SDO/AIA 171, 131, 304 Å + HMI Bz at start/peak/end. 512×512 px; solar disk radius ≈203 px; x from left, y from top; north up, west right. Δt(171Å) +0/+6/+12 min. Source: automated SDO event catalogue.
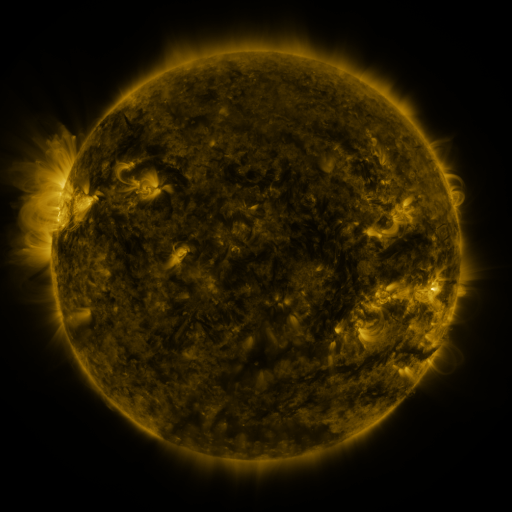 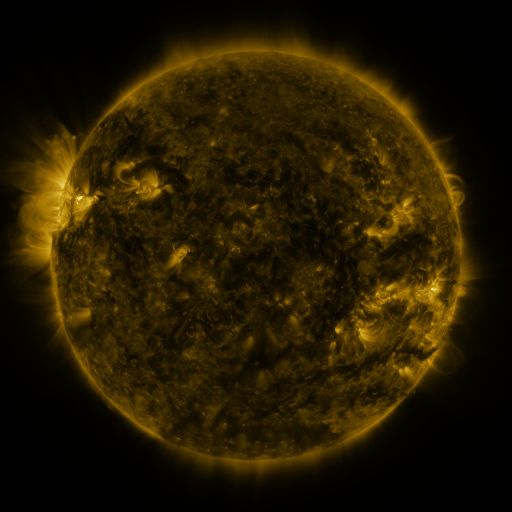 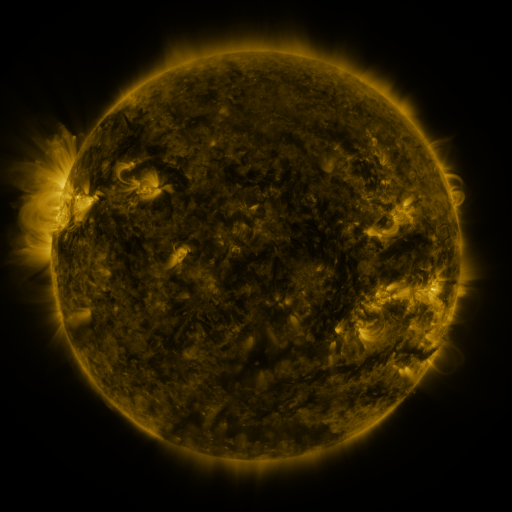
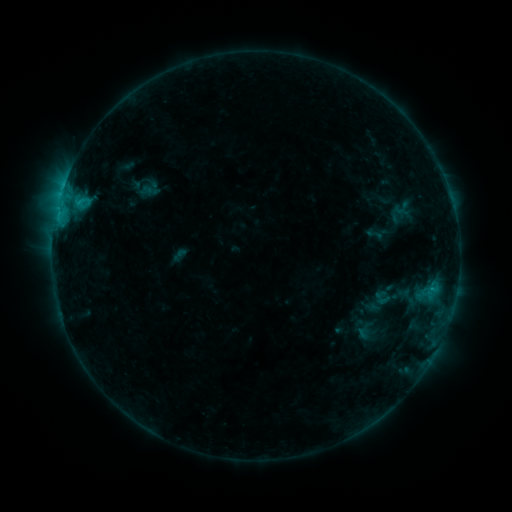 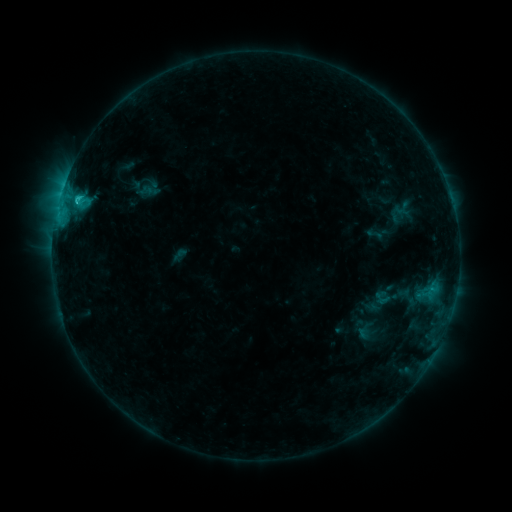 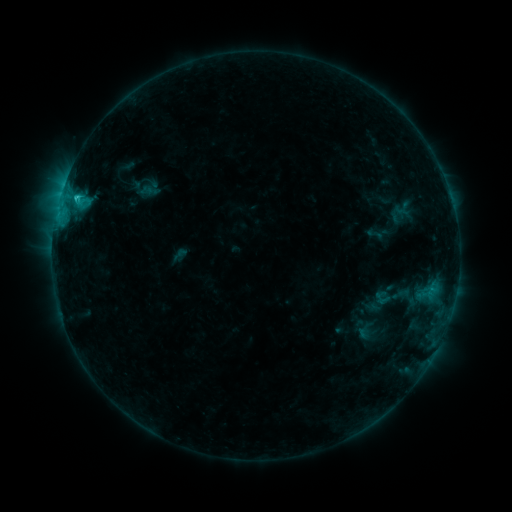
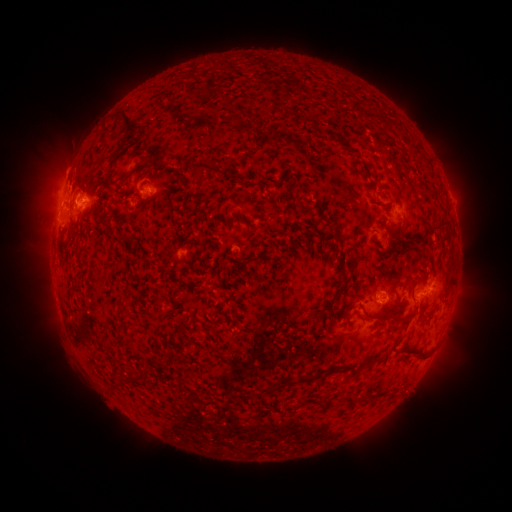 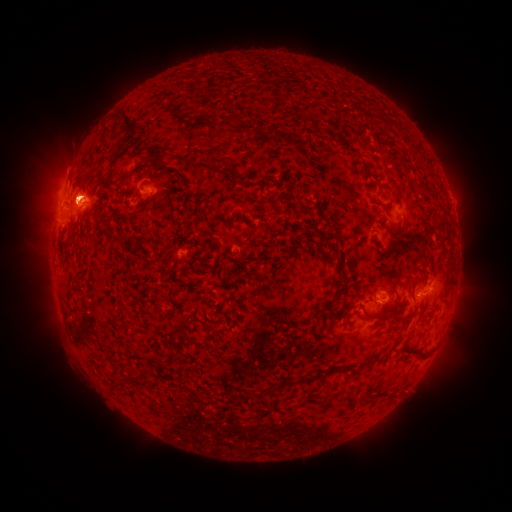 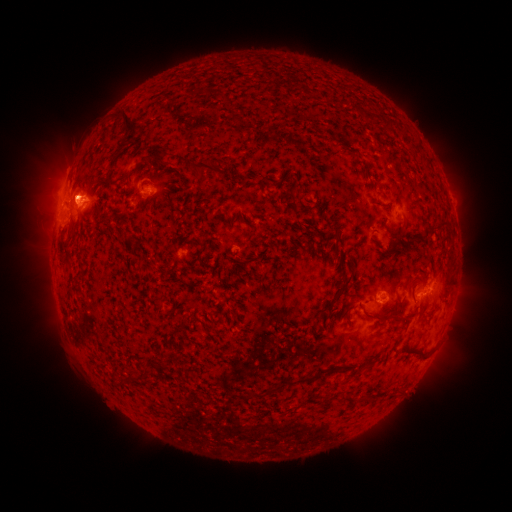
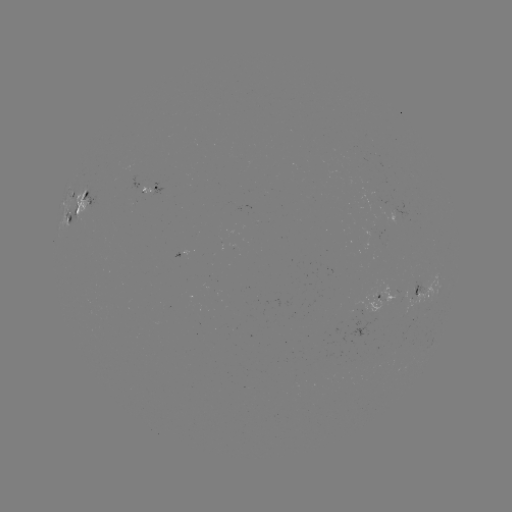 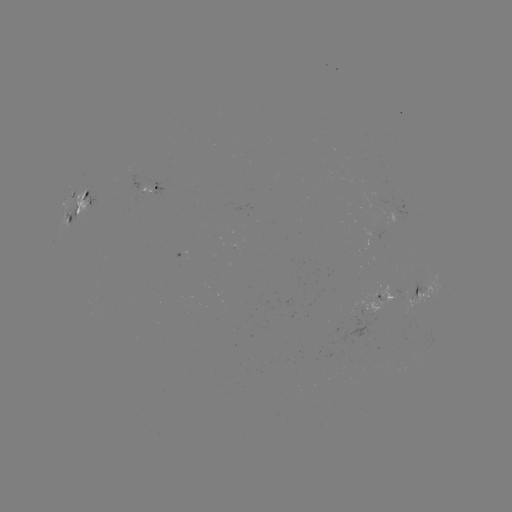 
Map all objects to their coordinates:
C1.7 flare: (77, 201)
